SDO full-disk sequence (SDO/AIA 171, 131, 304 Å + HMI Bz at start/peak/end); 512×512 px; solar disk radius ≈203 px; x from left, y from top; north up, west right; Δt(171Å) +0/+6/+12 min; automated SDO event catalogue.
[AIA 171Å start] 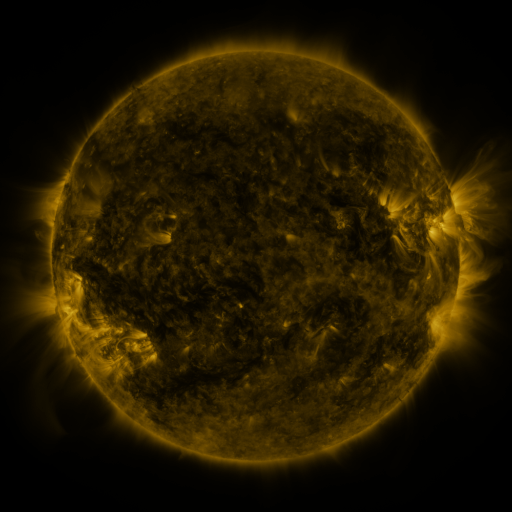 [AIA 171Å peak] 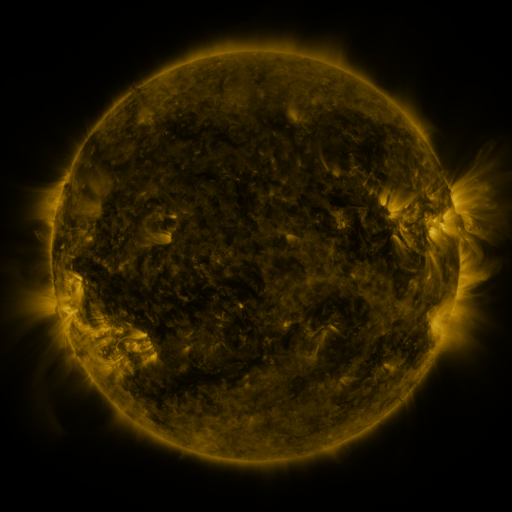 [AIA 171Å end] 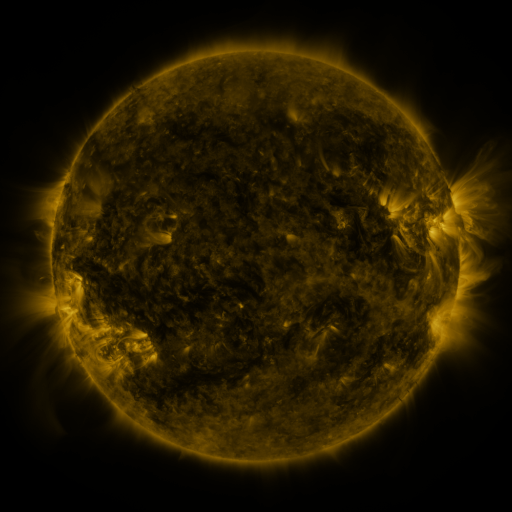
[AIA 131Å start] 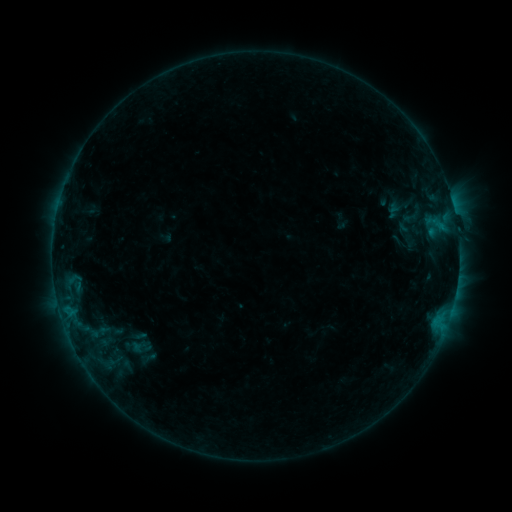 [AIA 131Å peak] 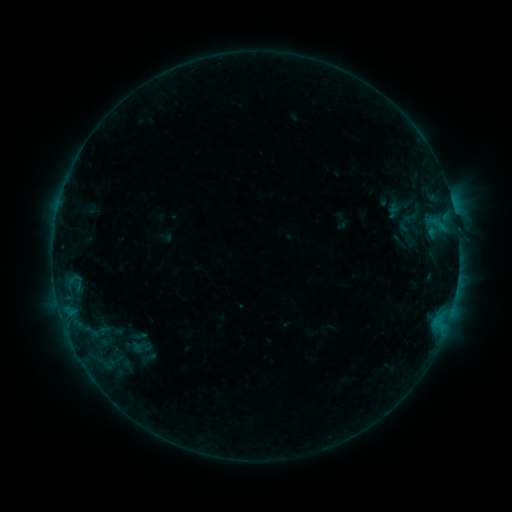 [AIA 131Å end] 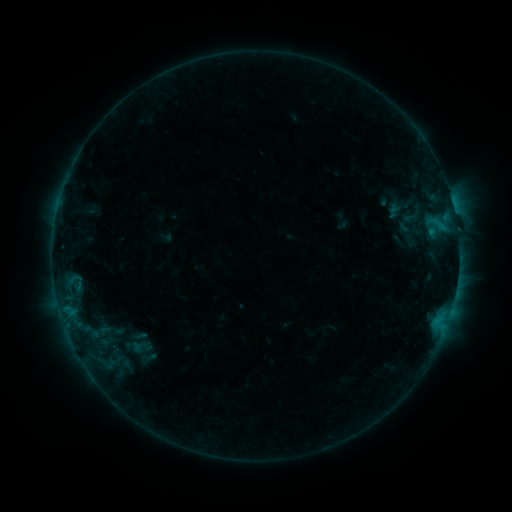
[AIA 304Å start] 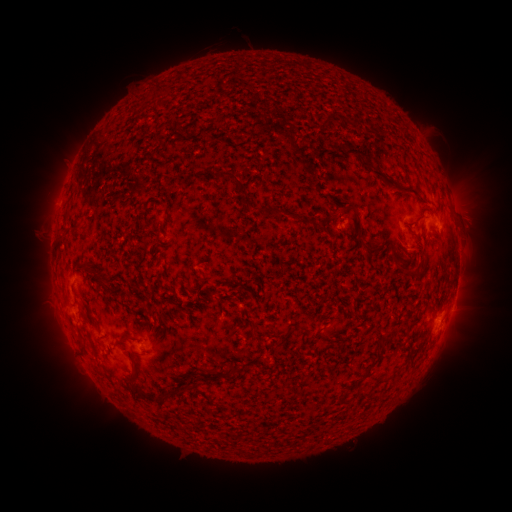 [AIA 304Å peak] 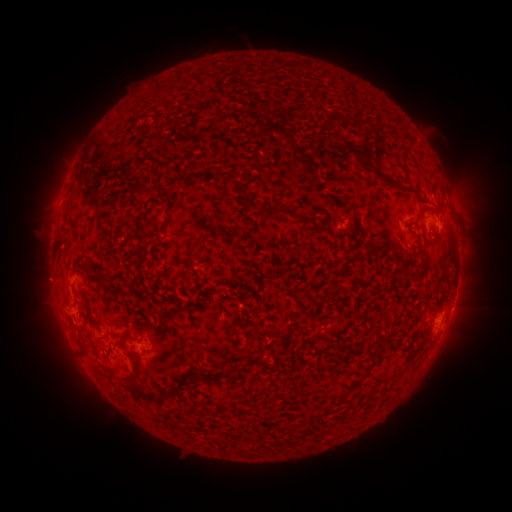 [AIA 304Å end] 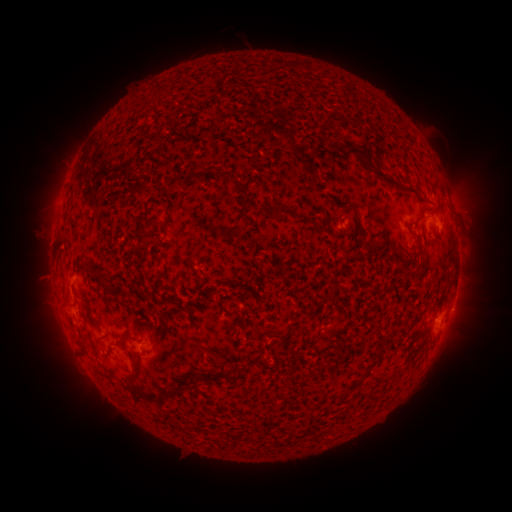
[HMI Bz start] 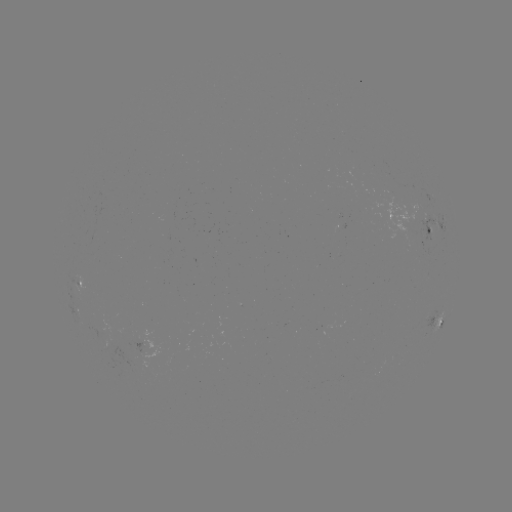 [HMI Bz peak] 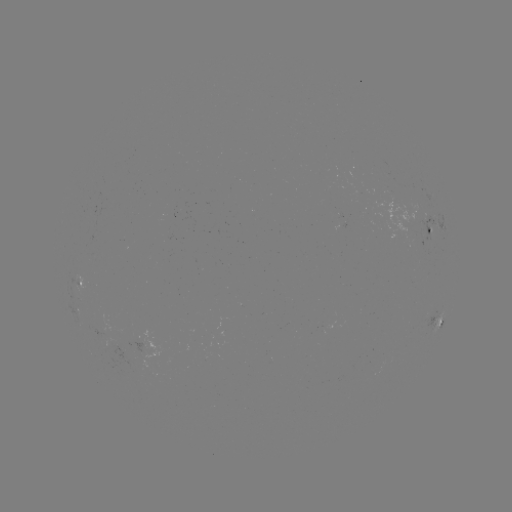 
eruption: (11, 251, 70, 306)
